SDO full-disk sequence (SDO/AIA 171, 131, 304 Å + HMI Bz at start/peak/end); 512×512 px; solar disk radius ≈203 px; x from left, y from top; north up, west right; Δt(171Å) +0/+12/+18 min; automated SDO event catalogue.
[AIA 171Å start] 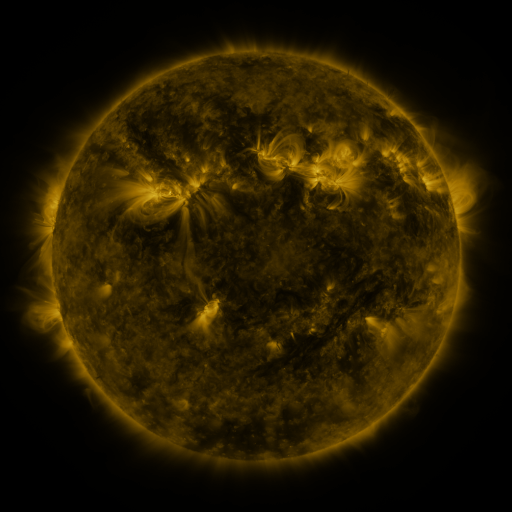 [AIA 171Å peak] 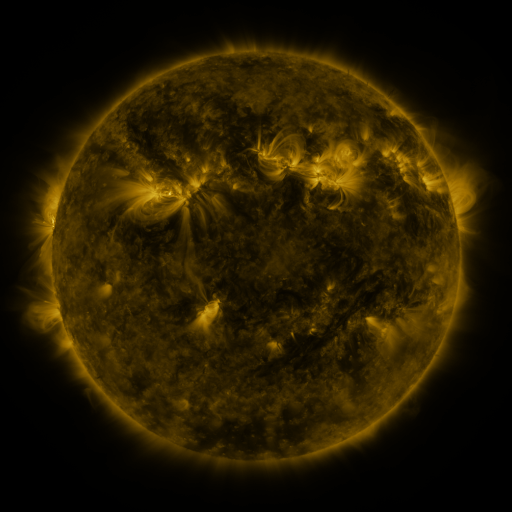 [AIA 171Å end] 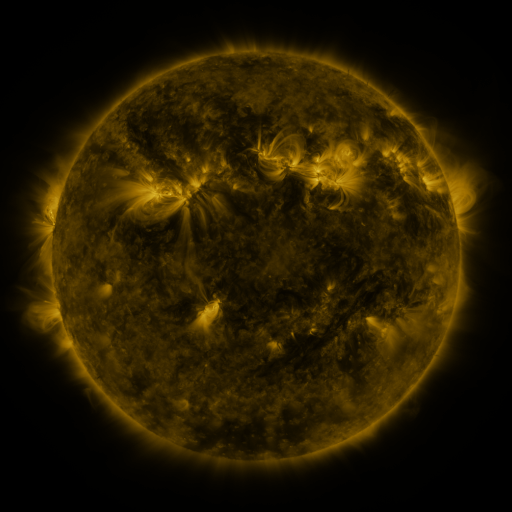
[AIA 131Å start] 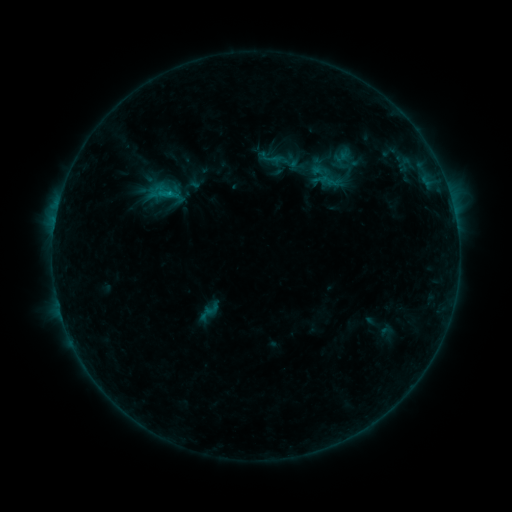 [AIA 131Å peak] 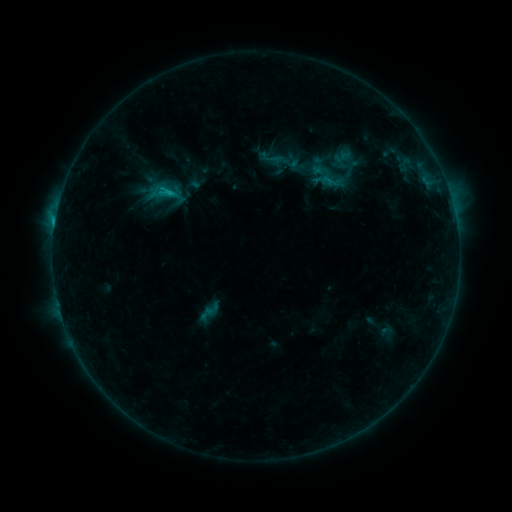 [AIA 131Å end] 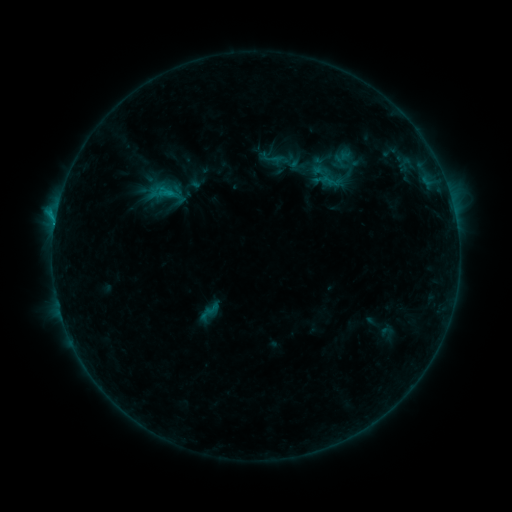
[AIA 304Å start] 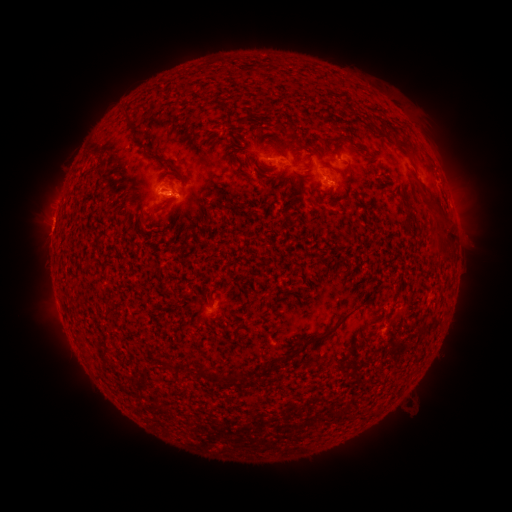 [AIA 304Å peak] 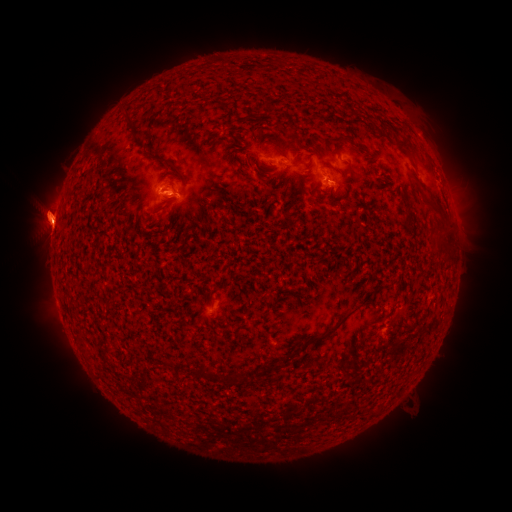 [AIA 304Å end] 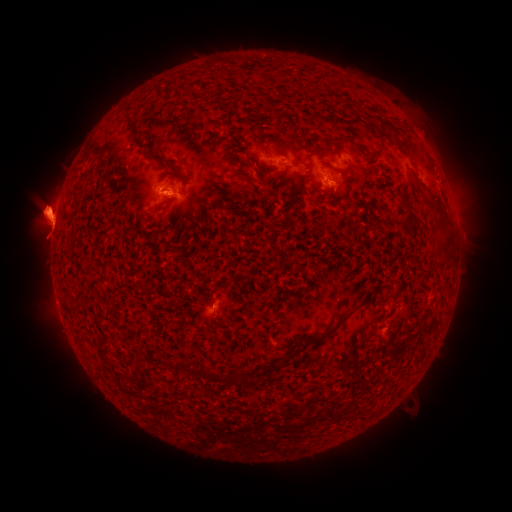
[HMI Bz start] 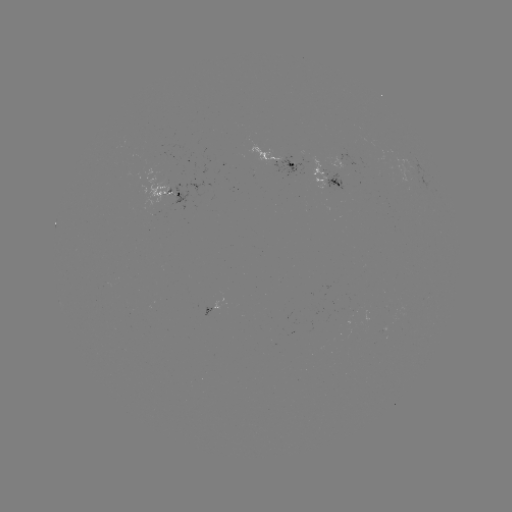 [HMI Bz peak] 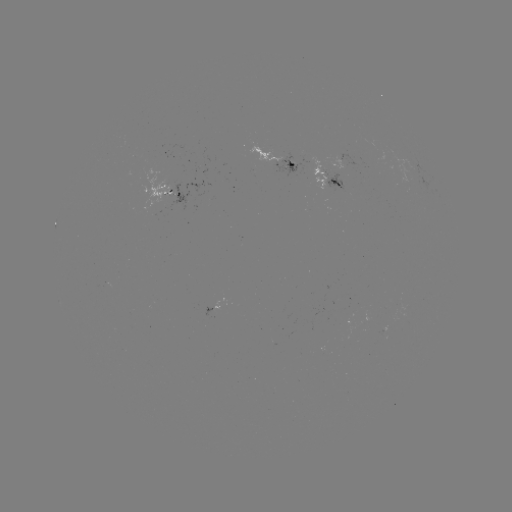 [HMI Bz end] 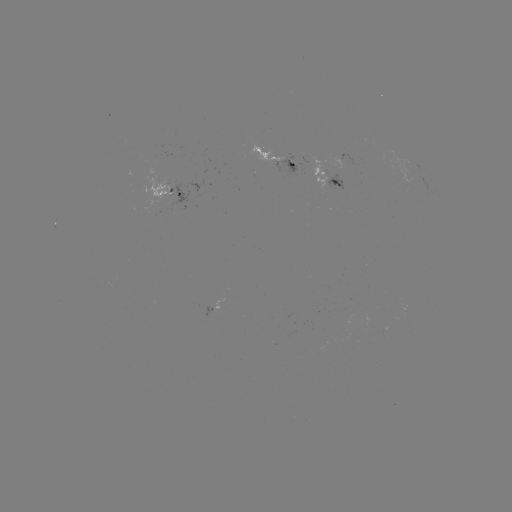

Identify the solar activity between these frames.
eruption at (471, 224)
